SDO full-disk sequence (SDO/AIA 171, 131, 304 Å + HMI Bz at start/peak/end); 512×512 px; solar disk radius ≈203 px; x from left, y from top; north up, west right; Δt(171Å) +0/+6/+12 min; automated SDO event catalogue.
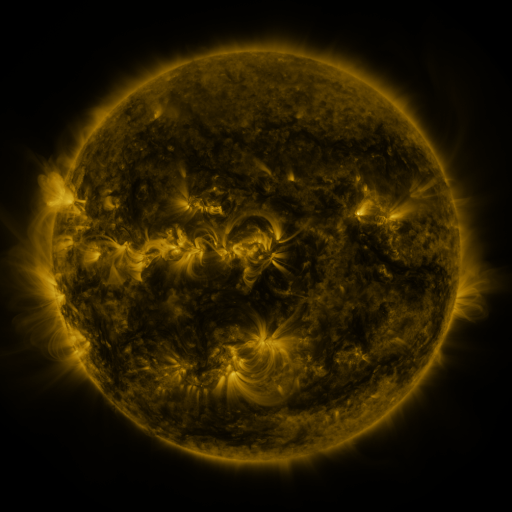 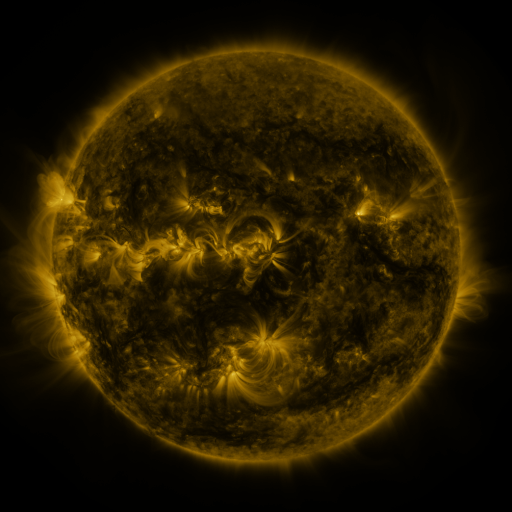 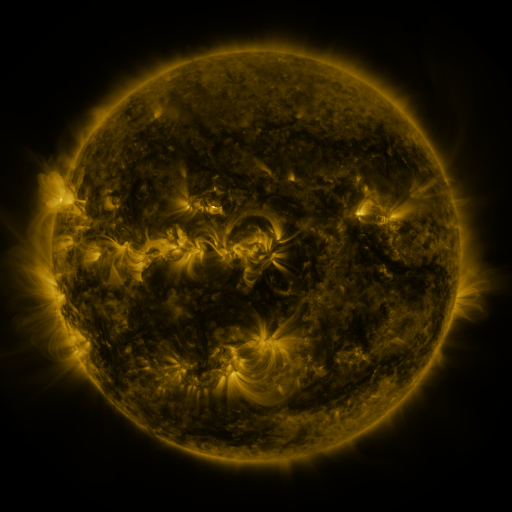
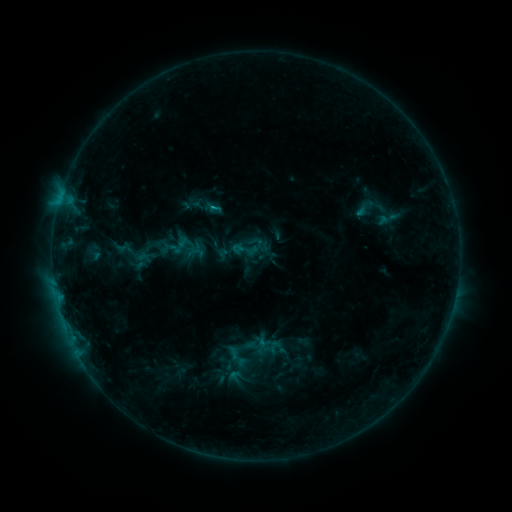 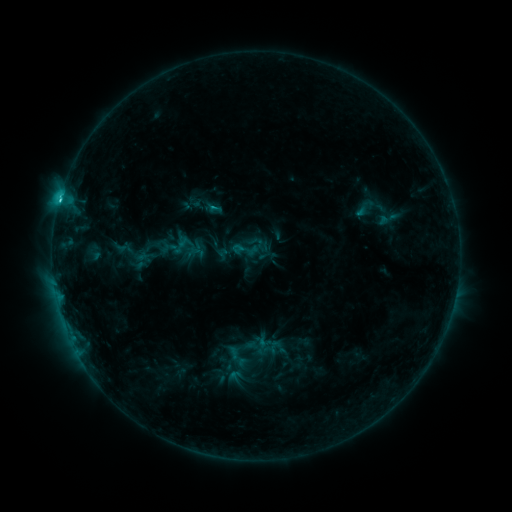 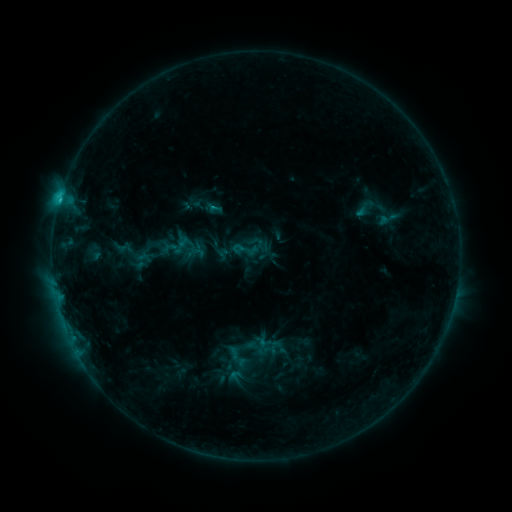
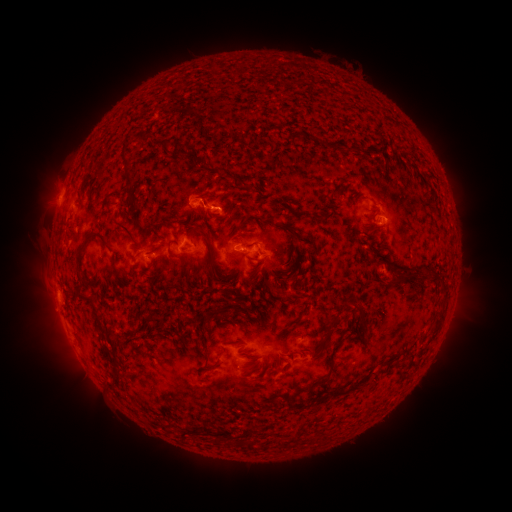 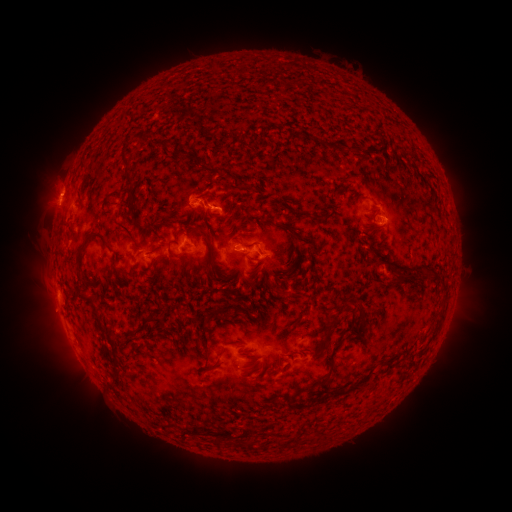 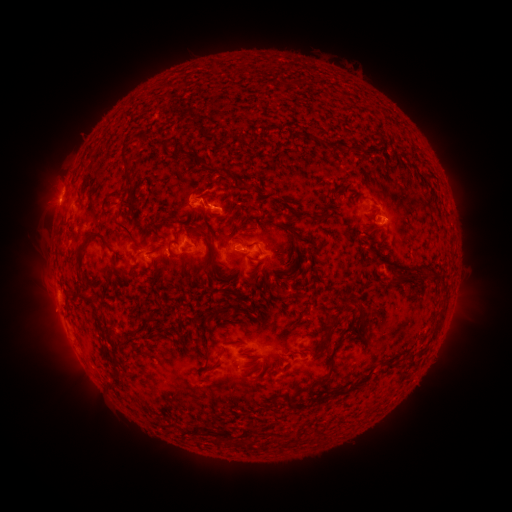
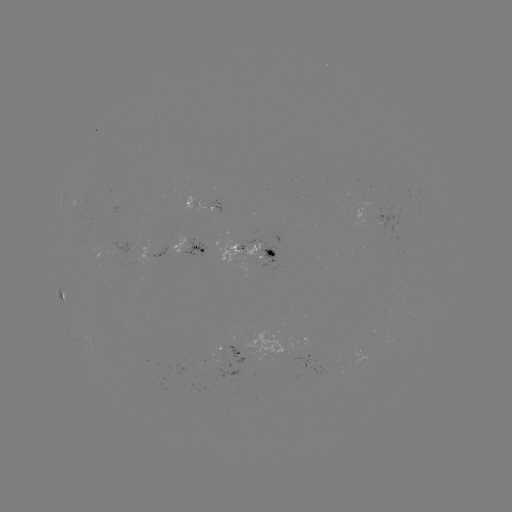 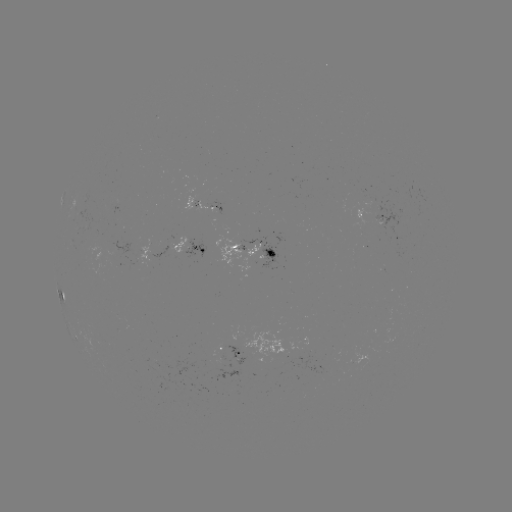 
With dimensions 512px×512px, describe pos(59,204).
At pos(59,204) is C1.9 flare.